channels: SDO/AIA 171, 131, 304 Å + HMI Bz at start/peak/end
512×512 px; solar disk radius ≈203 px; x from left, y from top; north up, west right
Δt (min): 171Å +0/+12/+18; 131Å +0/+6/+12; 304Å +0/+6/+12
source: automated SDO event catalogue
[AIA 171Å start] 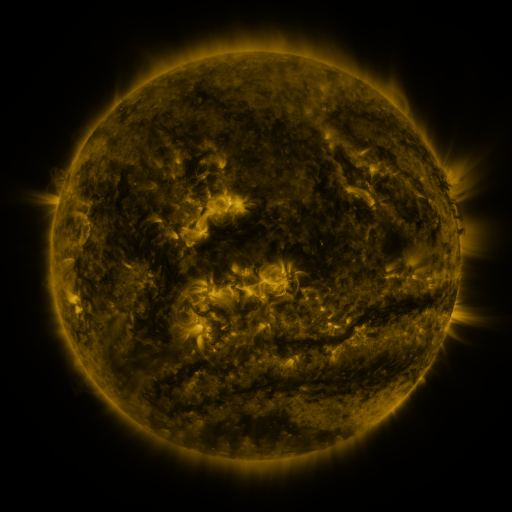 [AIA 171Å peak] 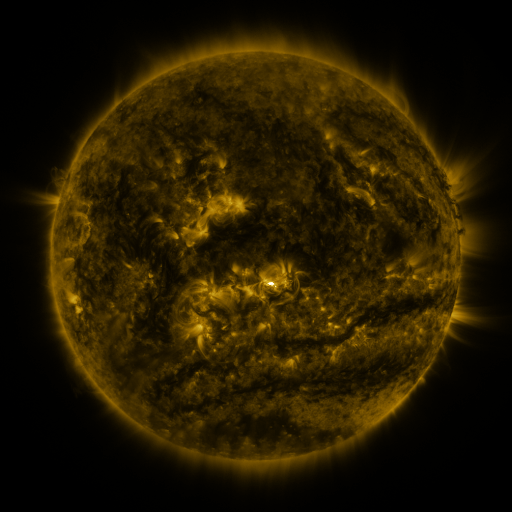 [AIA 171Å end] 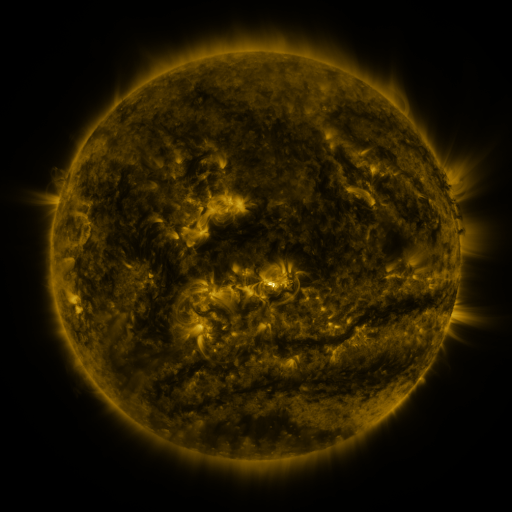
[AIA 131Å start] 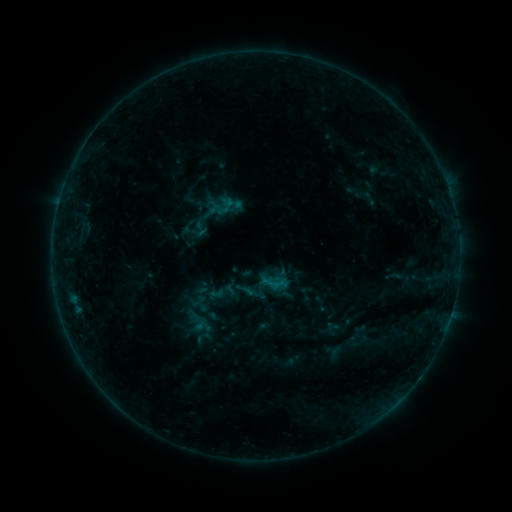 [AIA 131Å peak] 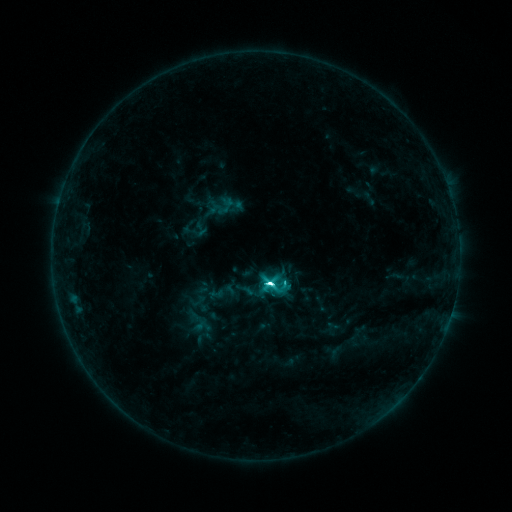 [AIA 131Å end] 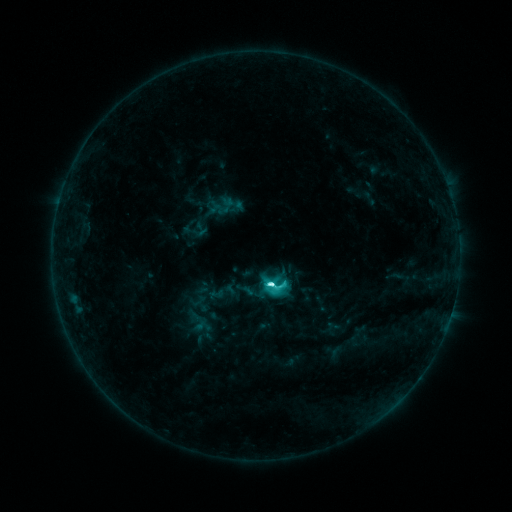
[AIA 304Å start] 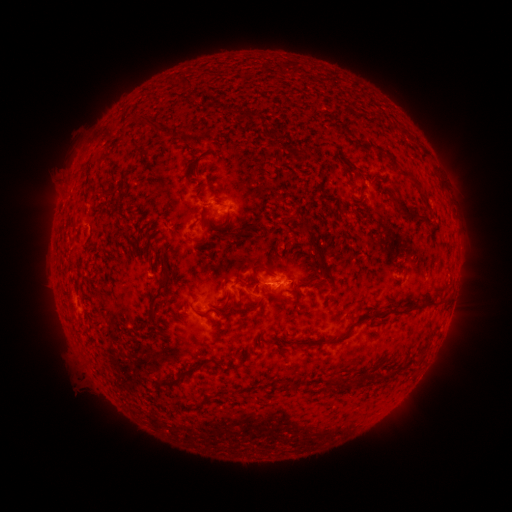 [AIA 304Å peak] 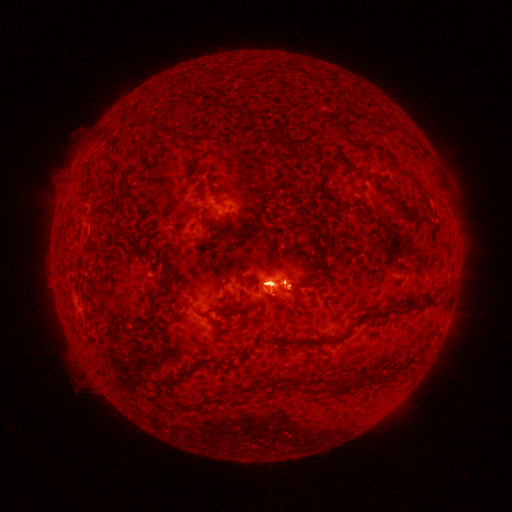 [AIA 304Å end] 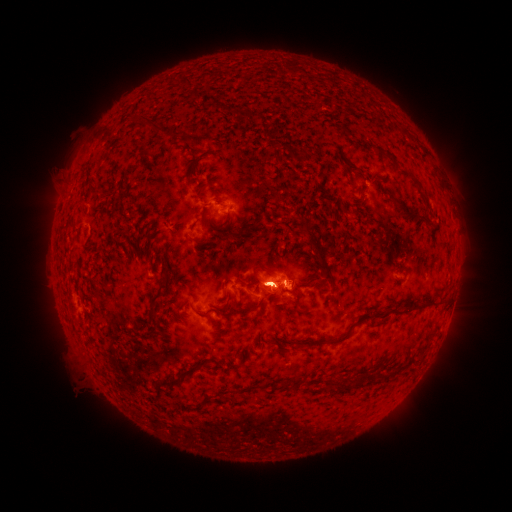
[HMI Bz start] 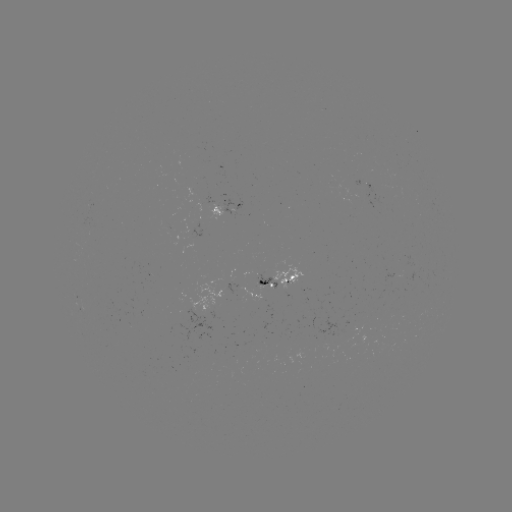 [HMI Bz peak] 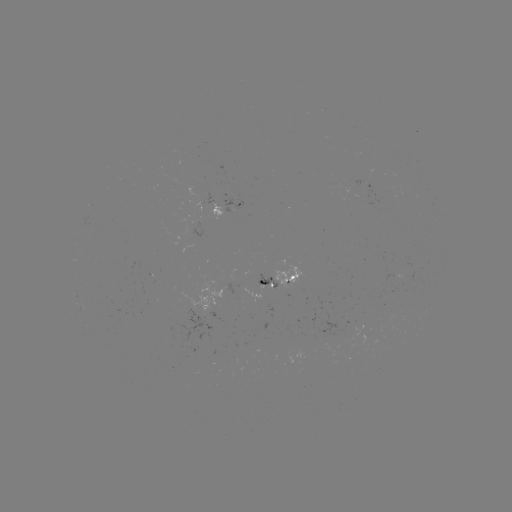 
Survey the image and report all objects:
M1.4 flare: (269, 280)
